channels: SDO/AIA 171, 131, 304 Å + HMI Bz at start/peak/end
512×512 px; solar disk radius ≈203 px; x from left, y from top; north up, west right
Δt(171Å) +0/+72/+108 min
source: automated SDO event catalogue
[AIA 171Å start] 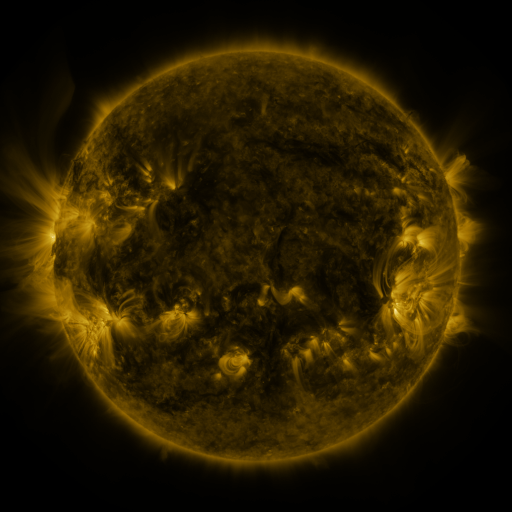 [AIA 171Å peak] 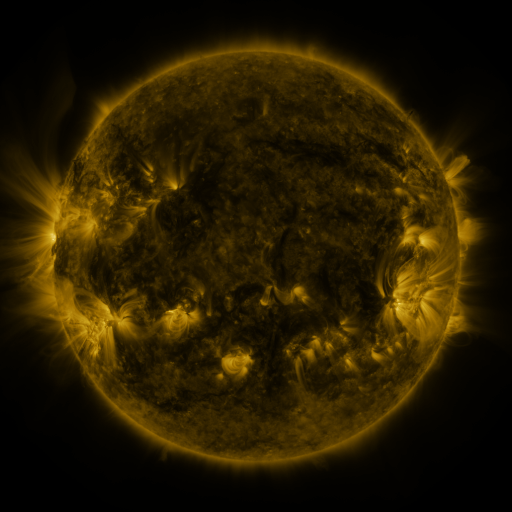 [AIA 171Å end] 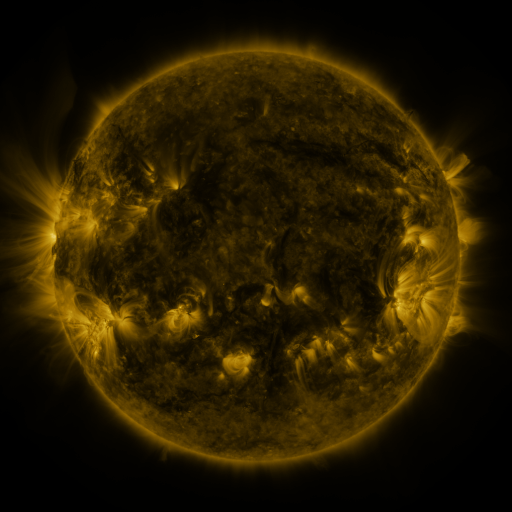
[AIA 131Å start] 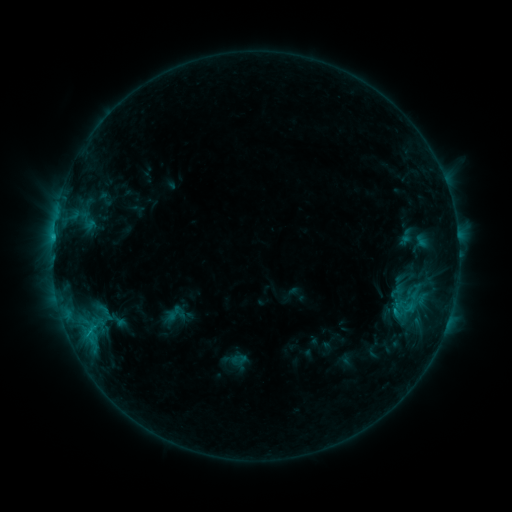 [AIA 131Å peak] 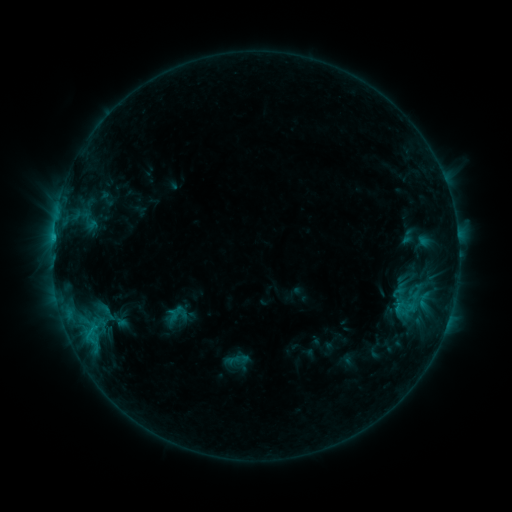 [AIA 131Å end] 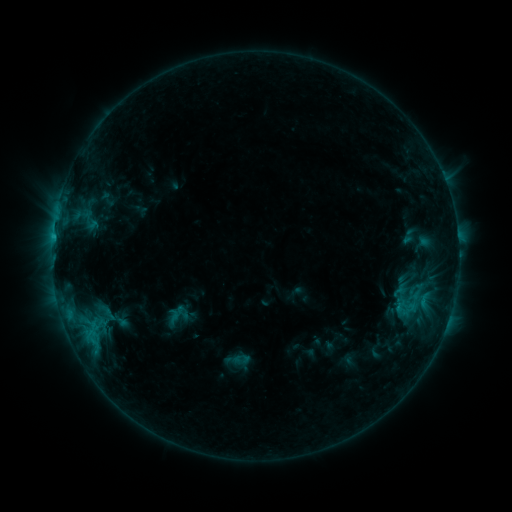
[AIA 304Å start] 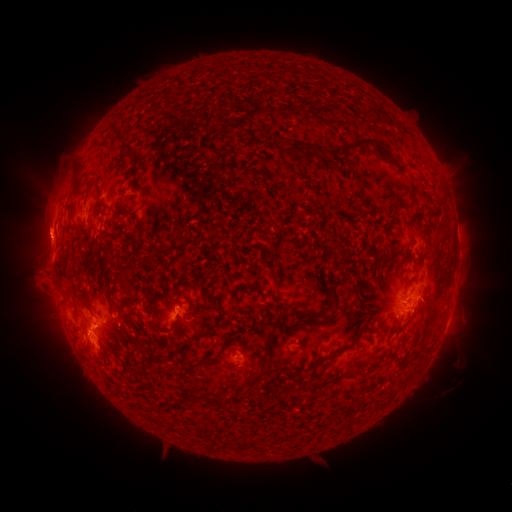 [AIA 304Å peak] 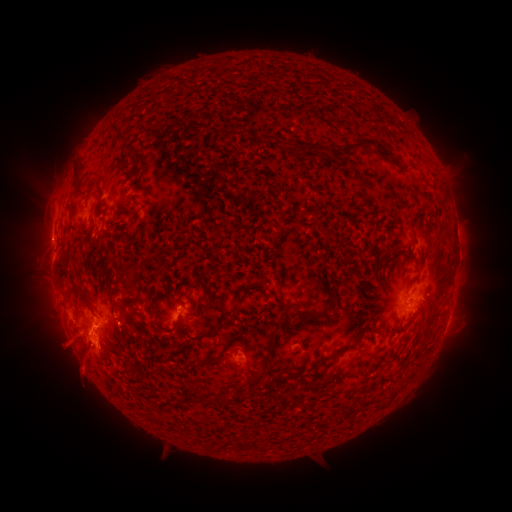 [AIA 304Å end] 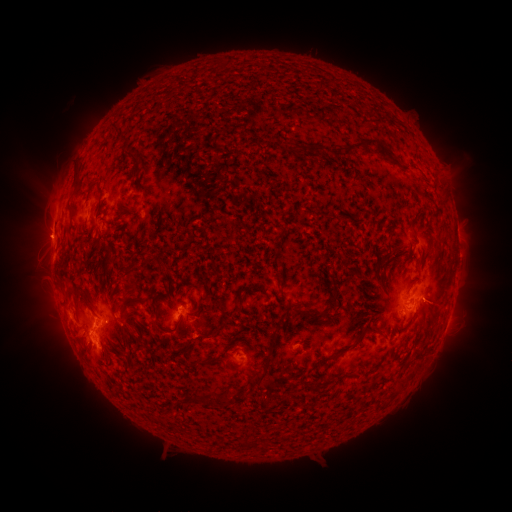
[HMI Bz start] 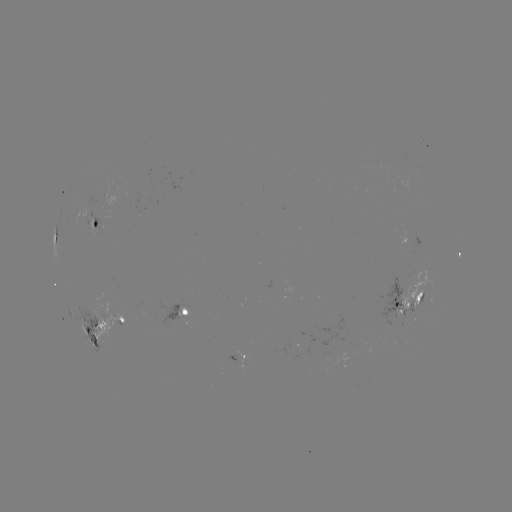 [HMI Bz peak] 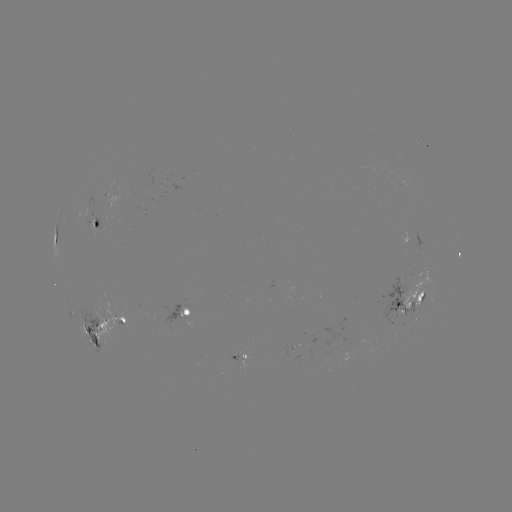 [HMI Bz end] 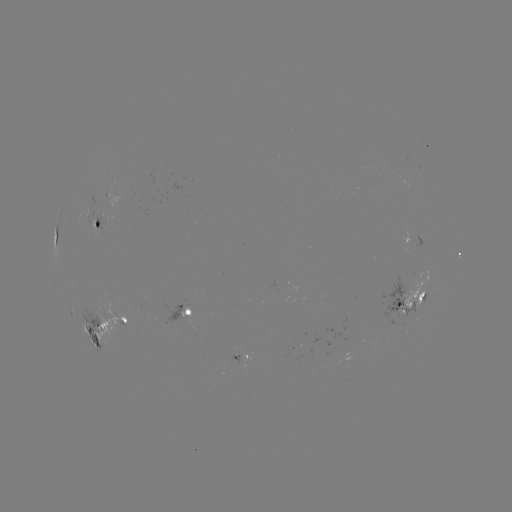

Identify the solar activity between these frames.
emerging-flux region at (292, 346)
